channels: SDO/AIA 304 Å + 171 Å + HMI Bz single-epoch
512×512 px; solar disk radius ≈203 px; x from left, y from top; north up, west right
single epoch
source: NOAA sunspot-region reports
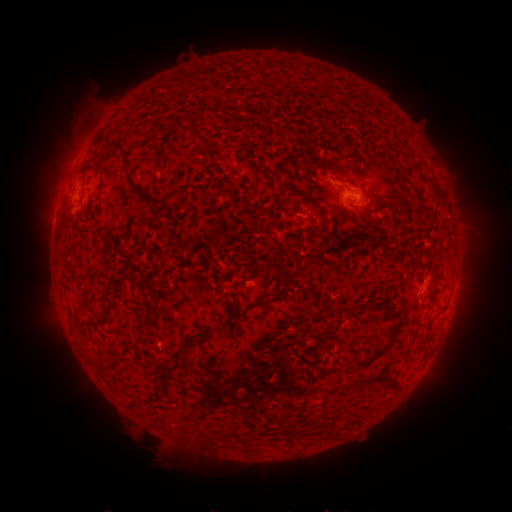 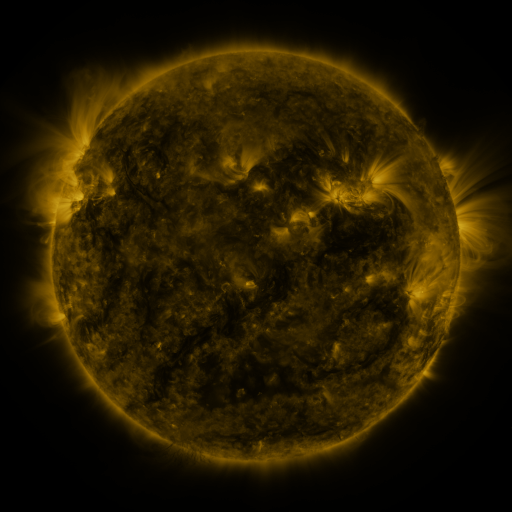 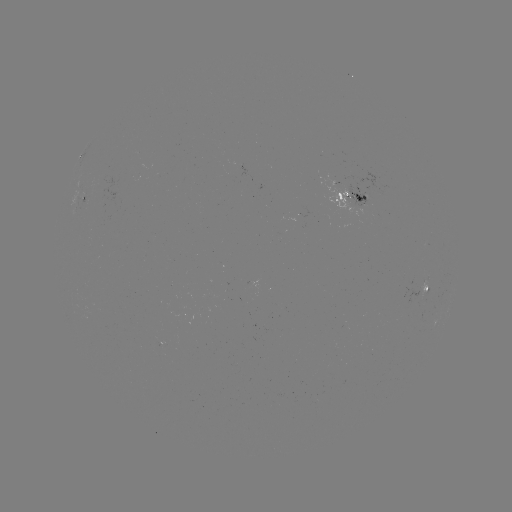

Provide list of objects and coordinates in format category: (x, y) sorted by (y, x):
spotted active region: (348, 190)
spotted active region: (84, 201)
spotted active region: (428, 288)
